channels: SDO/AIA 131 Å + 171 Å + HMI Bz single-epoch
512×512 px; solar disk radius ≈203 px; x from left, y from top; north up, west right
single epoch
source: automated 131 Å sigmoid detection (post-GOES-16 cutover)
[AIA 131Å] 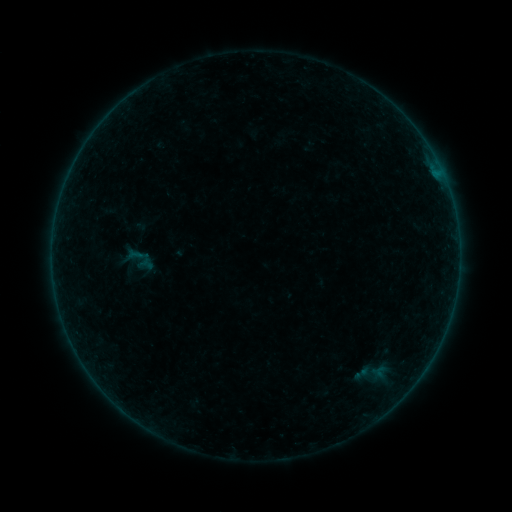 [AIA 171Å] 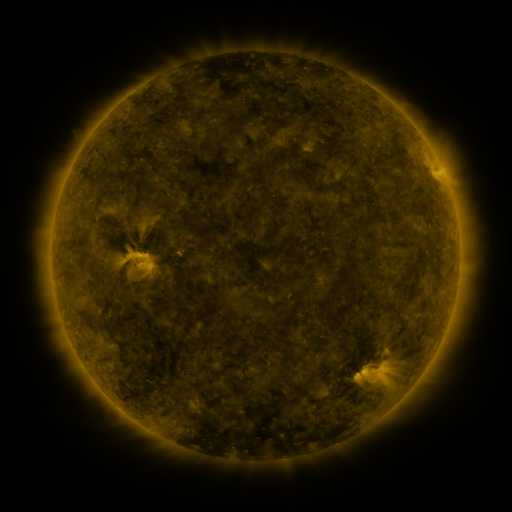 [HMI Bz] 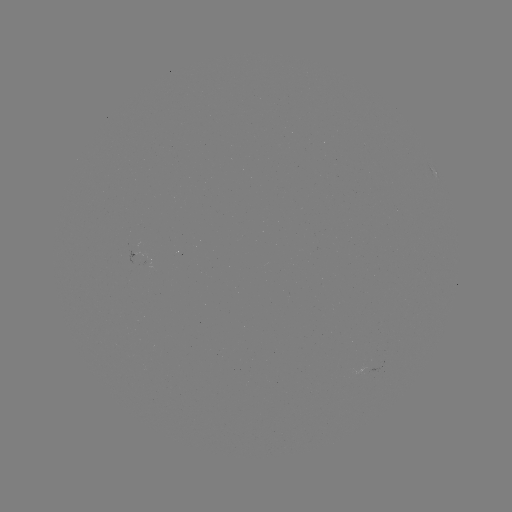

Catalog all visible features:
sigmoid: (139, 258)
